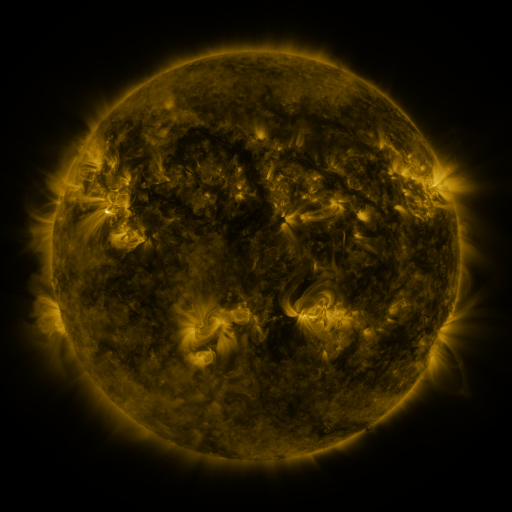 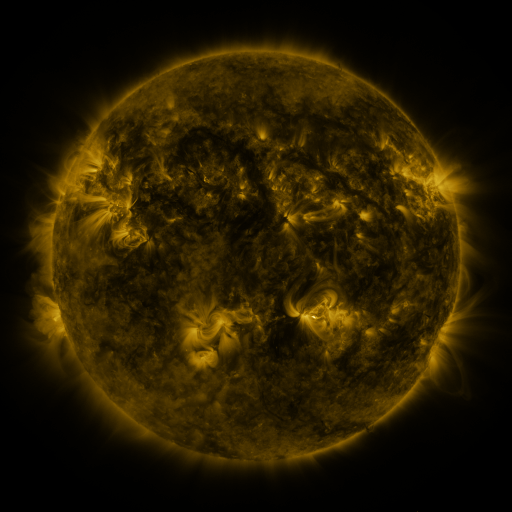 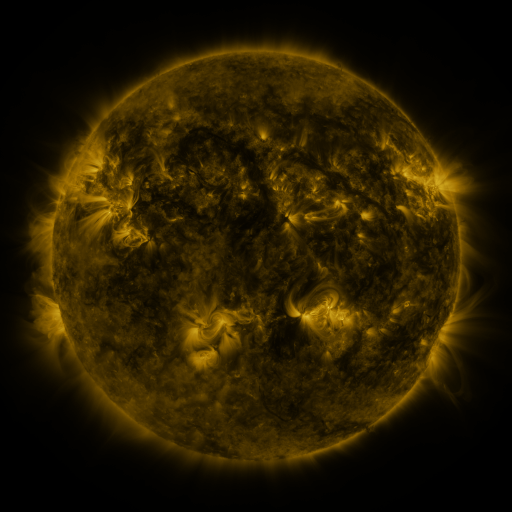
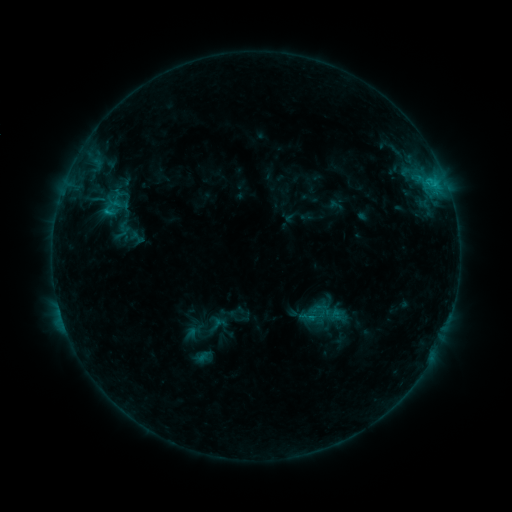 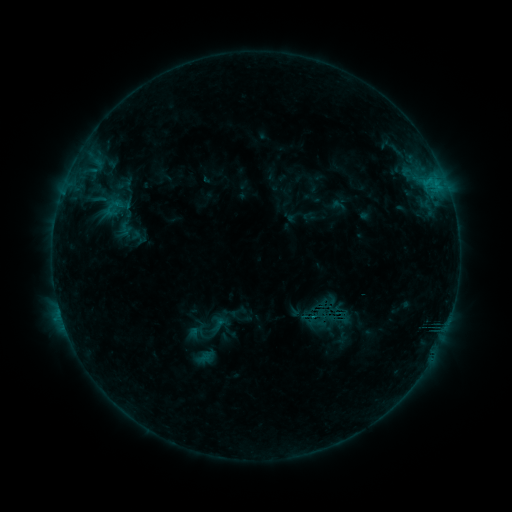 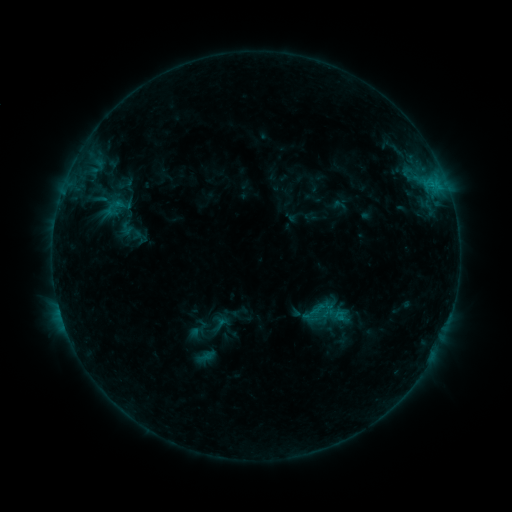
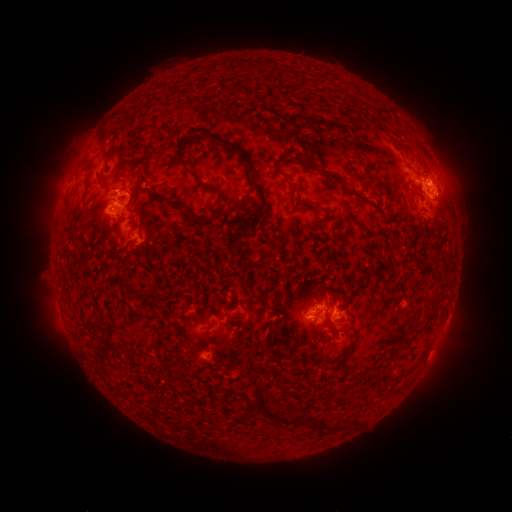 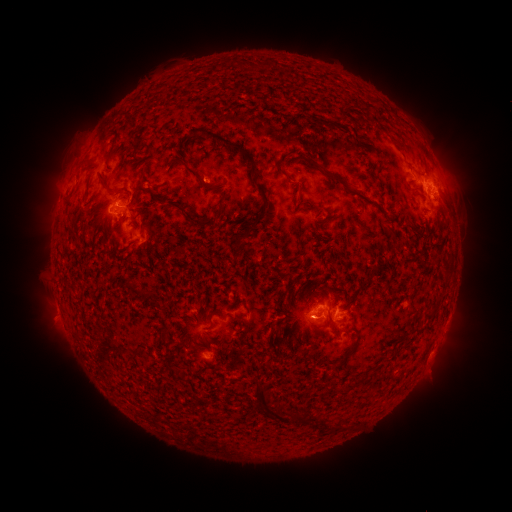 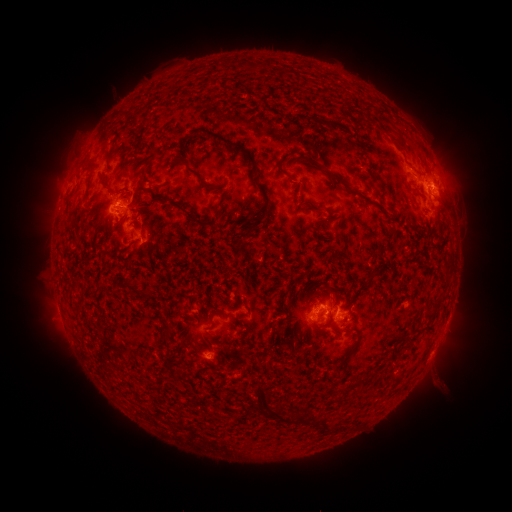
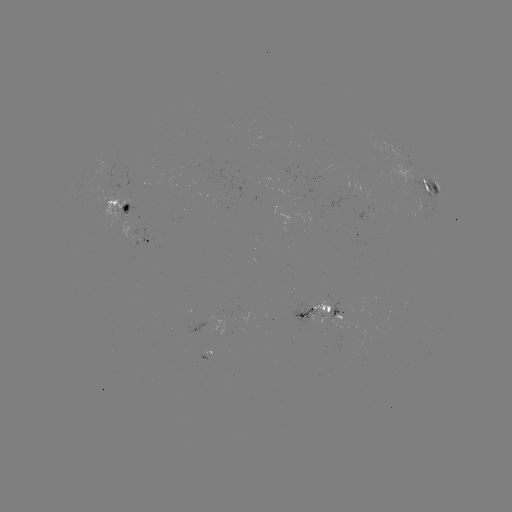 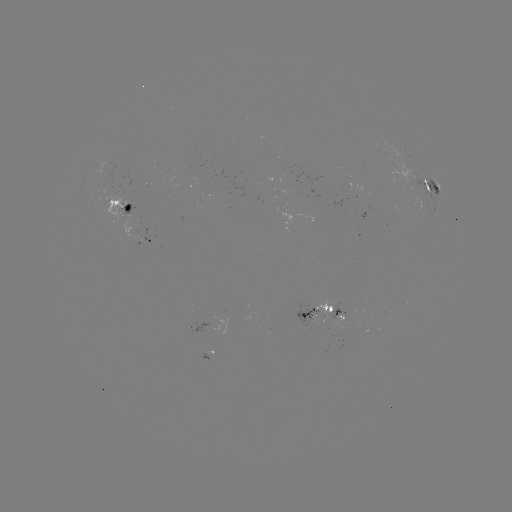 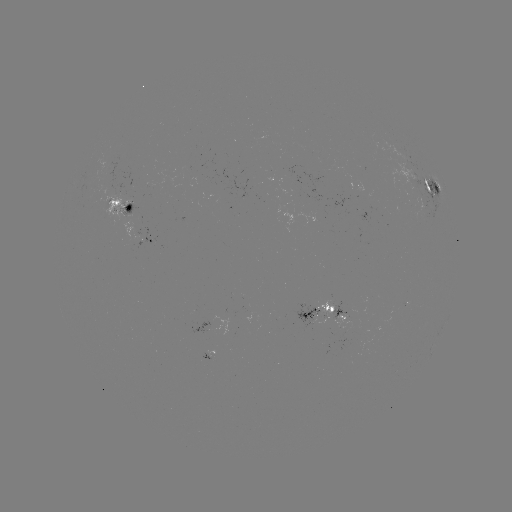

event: emerging-flux region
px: (205, 180)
